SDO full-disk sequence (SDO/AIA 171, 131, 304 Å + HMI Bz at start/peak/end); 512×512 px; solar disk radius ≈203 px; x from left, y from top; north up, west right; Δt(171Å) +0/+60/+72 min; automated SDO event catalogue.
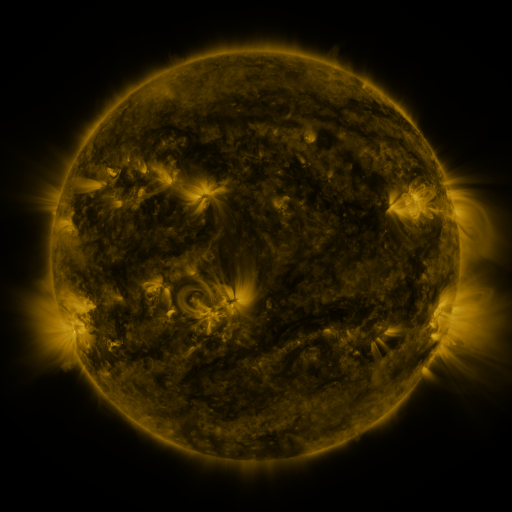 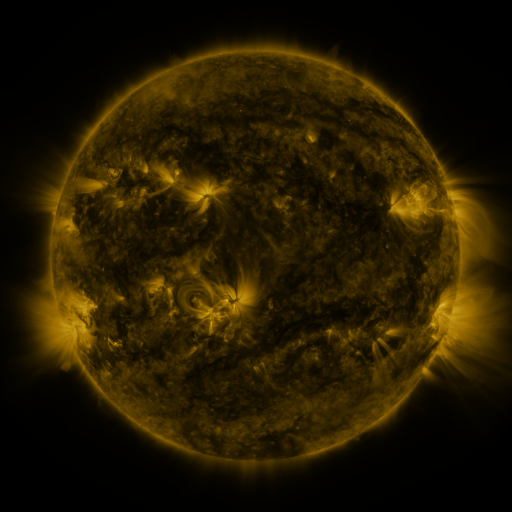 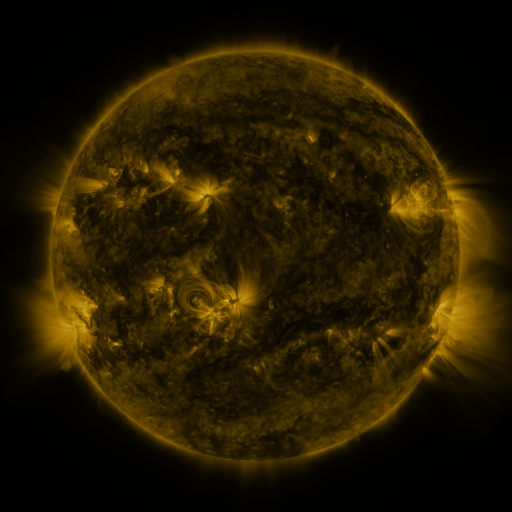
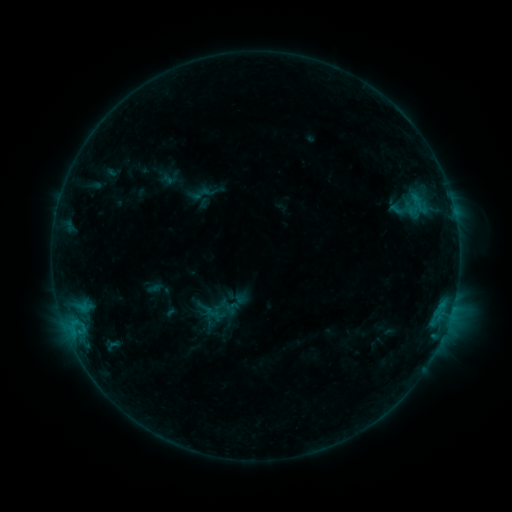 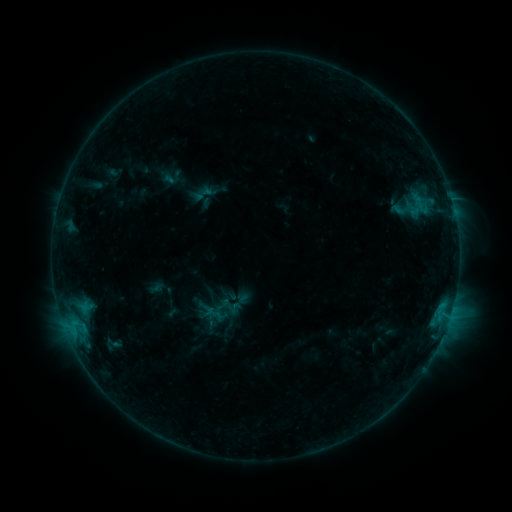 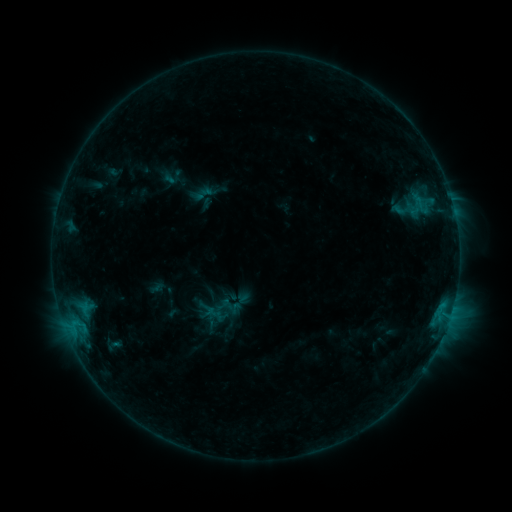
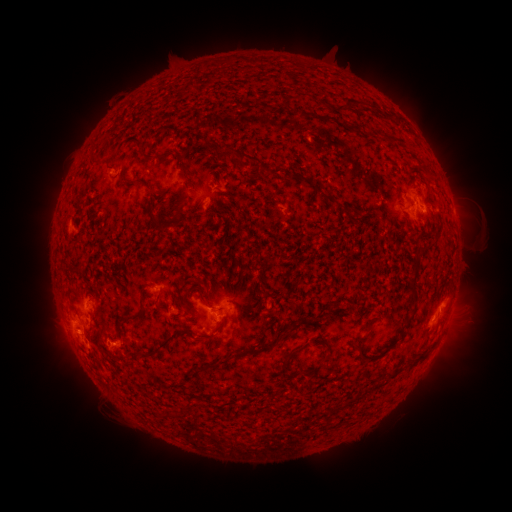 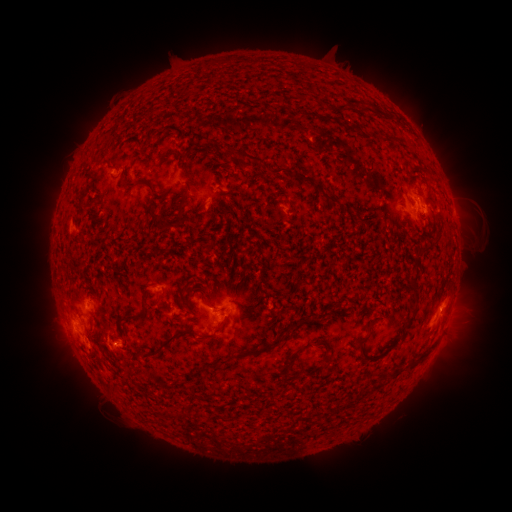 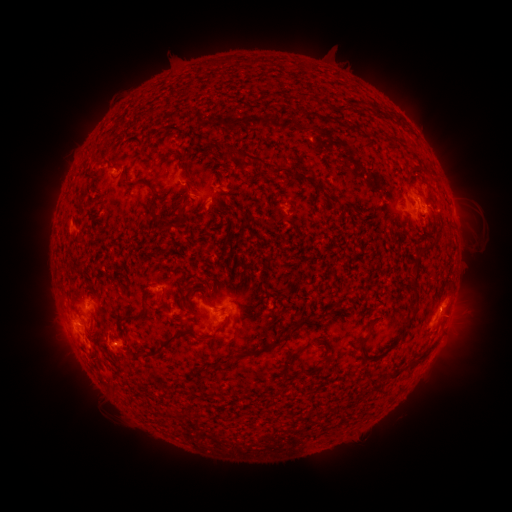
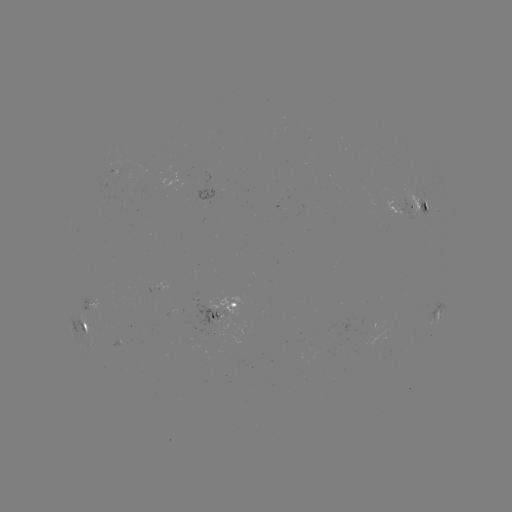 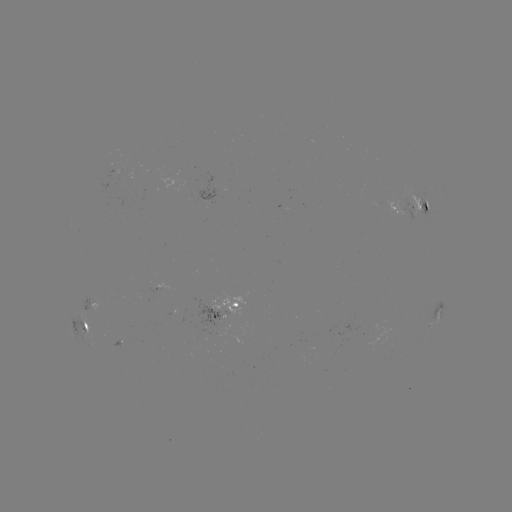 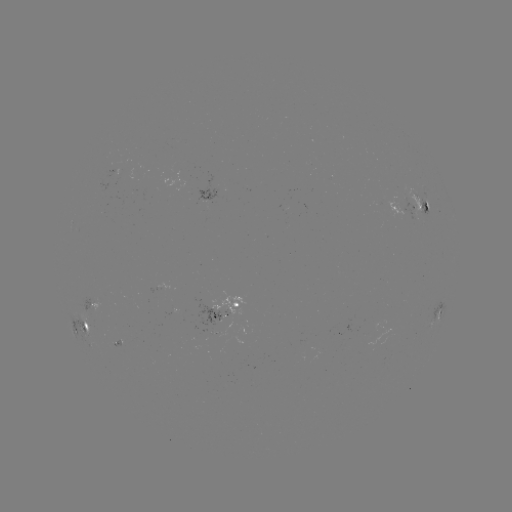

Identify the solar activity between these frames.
emerging-flux region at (120, 343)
